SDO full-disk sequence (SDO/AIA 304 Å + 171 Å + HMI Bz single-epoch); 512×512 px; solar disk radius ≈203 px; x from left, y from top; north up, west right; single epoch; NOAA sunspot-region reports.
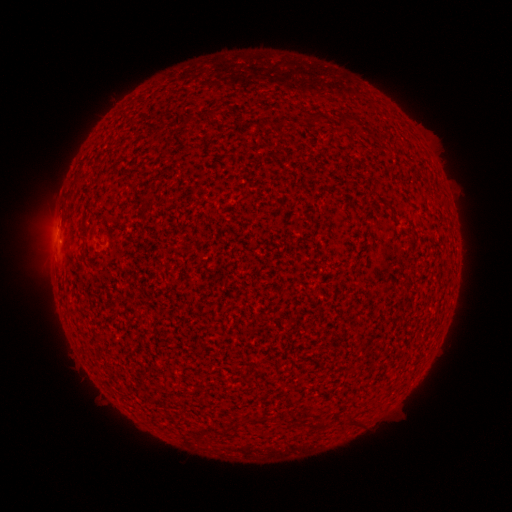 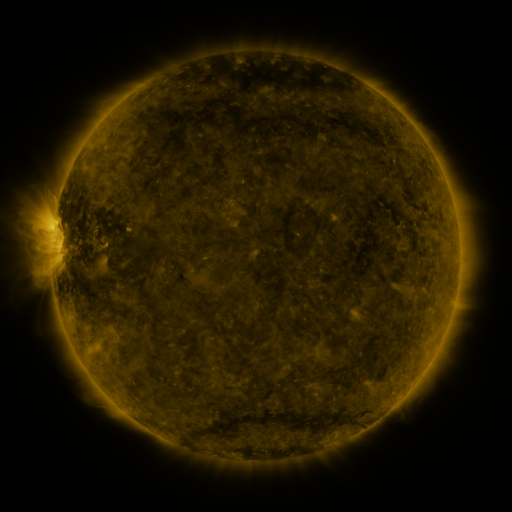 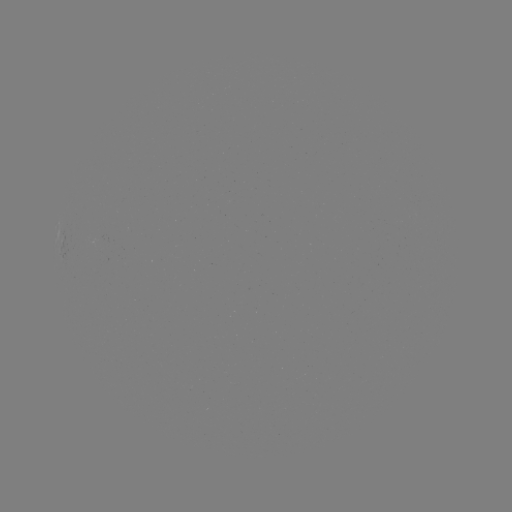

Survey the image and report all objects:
(none)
